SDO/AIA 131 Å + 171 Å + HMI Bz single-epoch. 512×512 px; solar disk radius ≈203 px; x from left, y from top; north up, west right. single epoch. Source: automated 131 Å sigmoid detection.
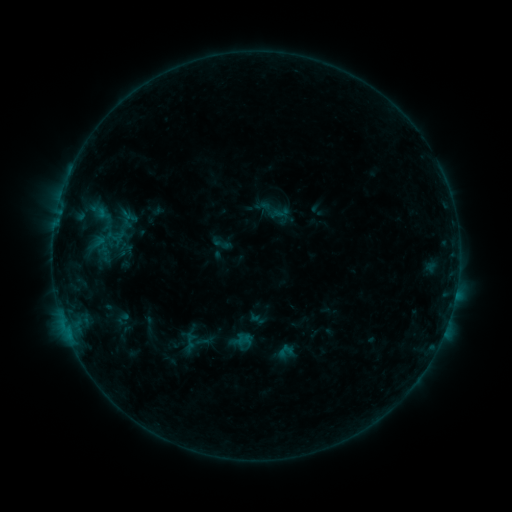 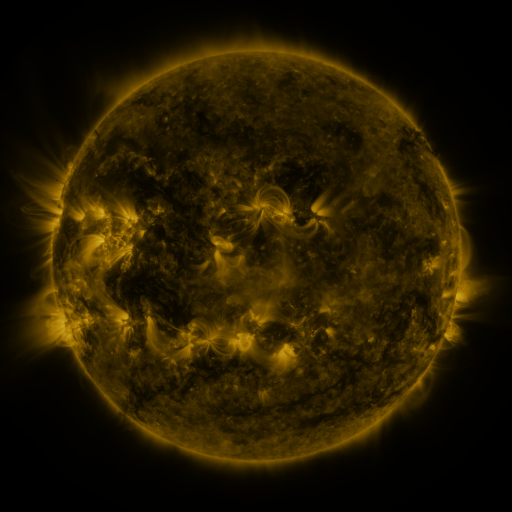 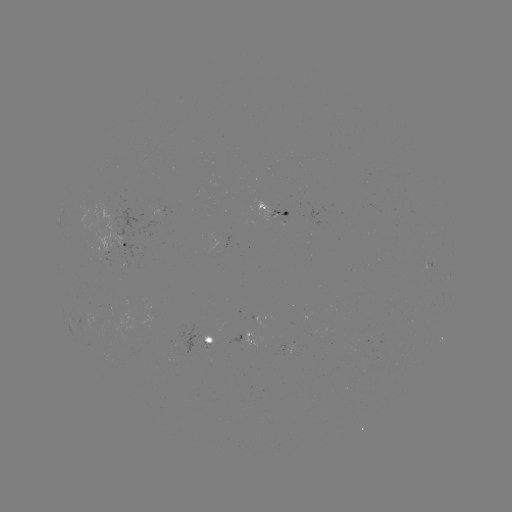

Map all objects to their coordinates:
sigmoid: <bbox>254, 198, 272, 215</bbox>
sigmoid: <bbox>214, 236, 232, 254</bbox>
